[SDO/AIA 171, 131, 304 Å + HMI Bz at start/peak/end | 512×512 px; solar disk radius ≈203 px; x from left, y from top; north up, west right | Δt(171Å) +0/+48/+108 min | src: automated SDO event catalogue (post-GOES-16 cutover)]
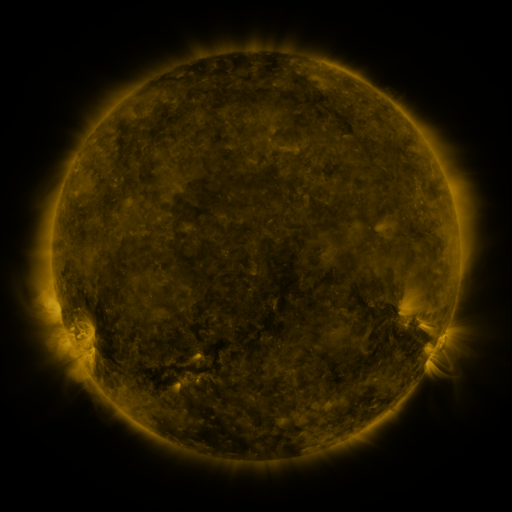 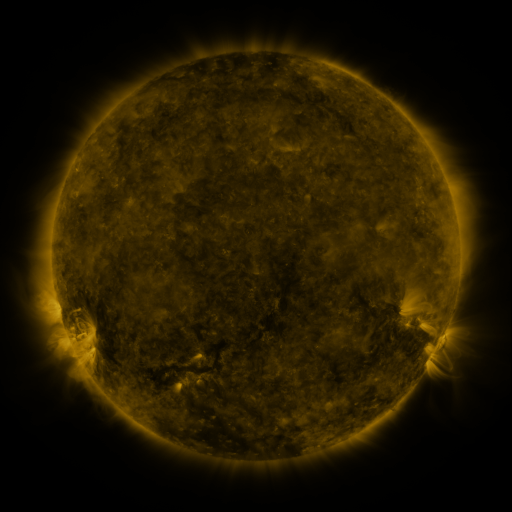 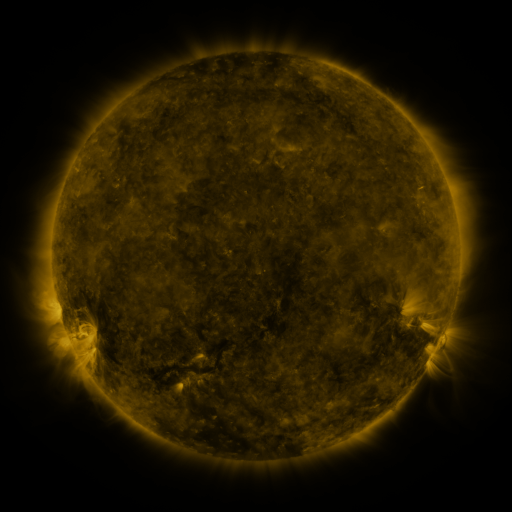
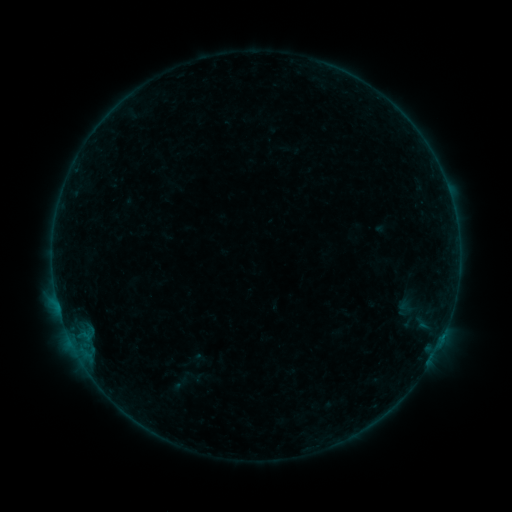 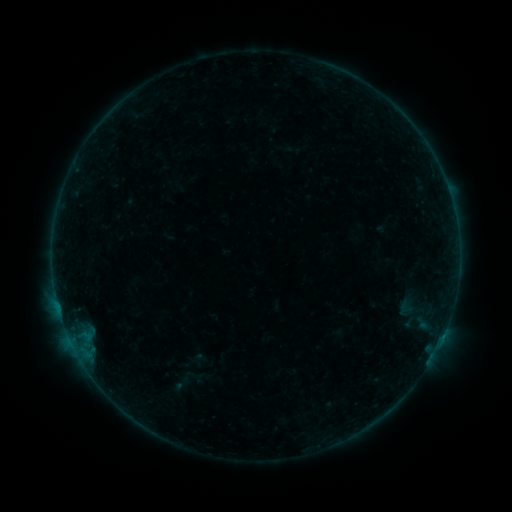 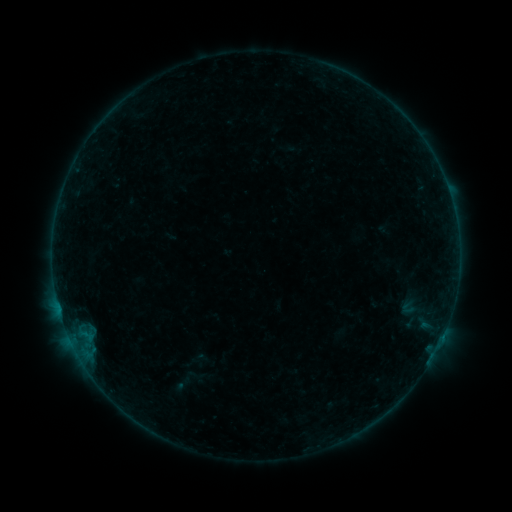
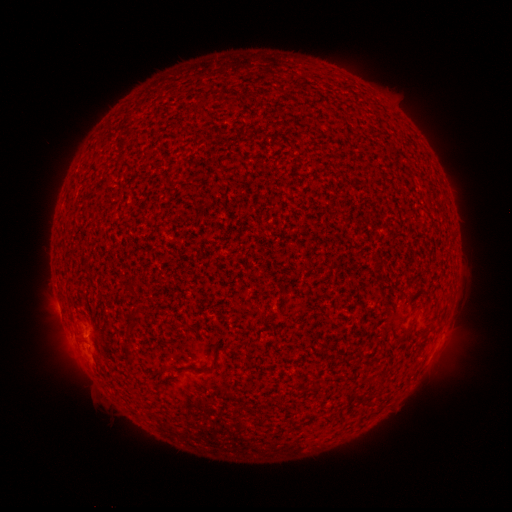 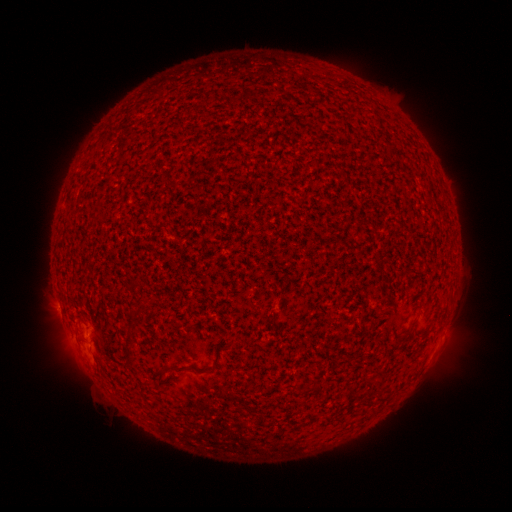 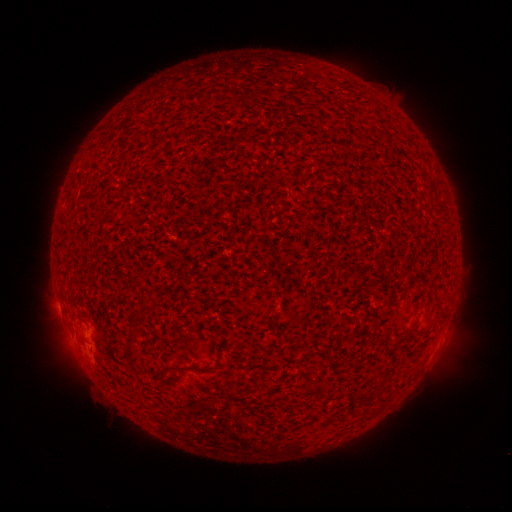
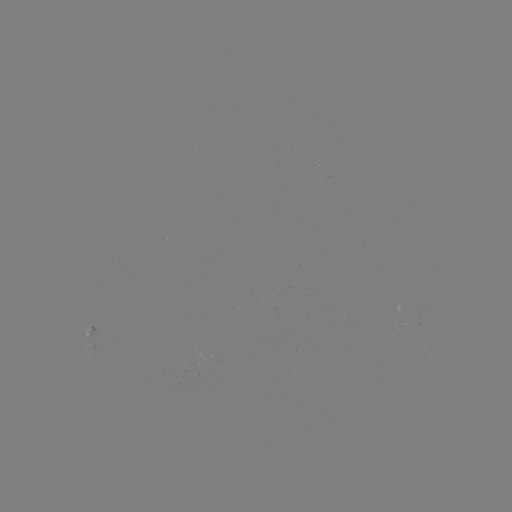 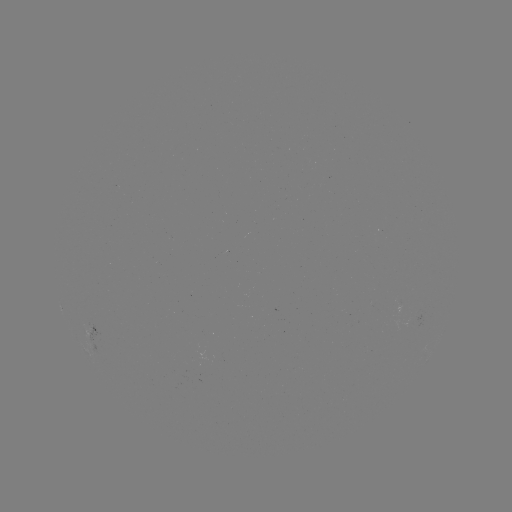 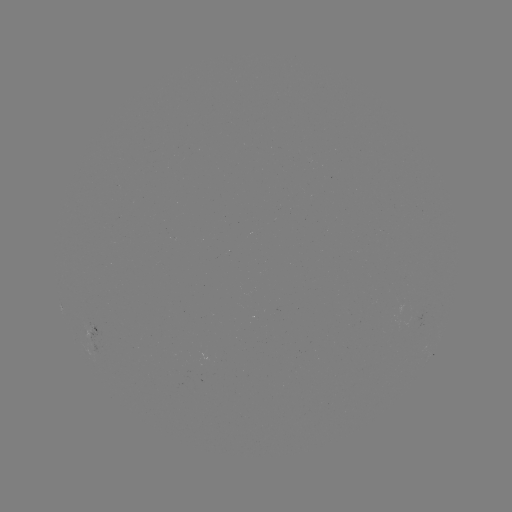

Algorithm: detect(B1.4 flare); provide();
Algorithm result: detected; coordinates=75,328